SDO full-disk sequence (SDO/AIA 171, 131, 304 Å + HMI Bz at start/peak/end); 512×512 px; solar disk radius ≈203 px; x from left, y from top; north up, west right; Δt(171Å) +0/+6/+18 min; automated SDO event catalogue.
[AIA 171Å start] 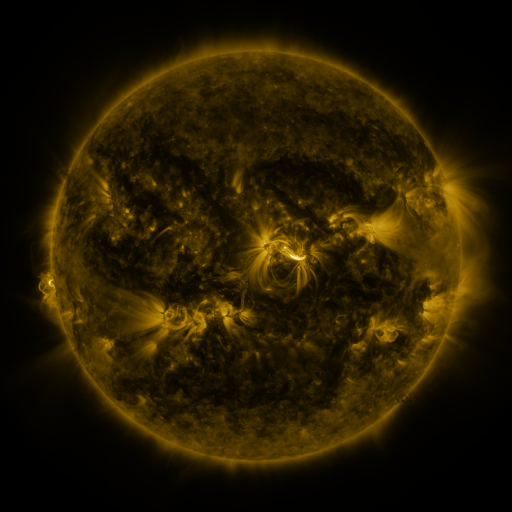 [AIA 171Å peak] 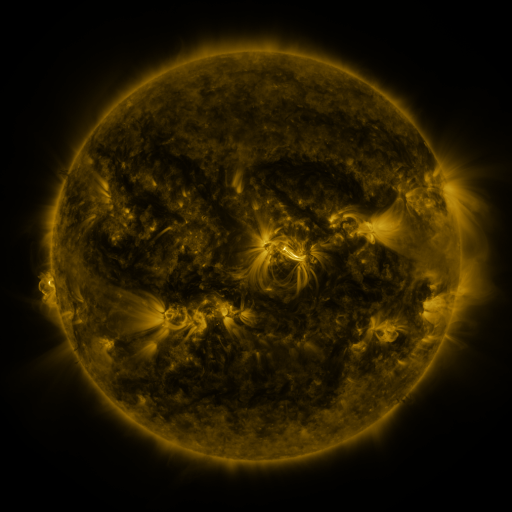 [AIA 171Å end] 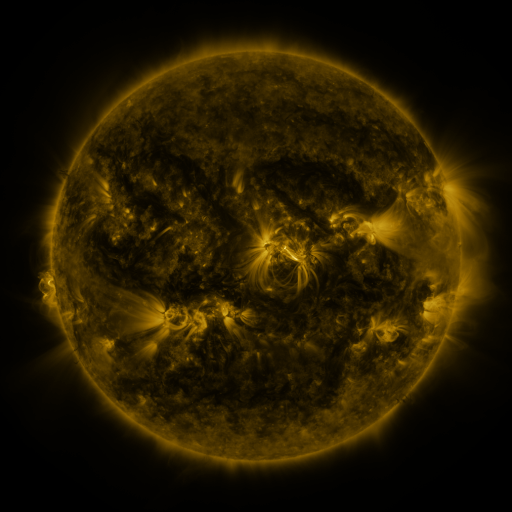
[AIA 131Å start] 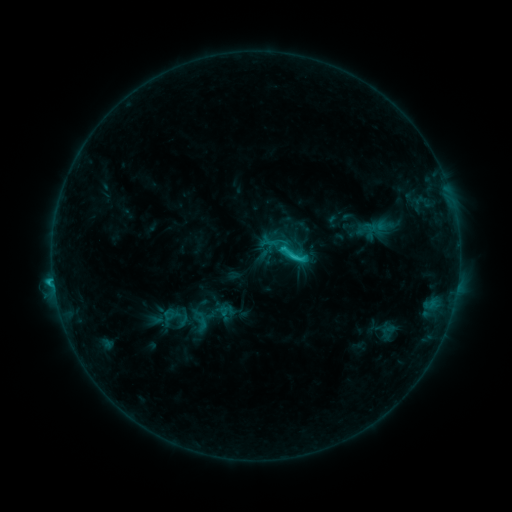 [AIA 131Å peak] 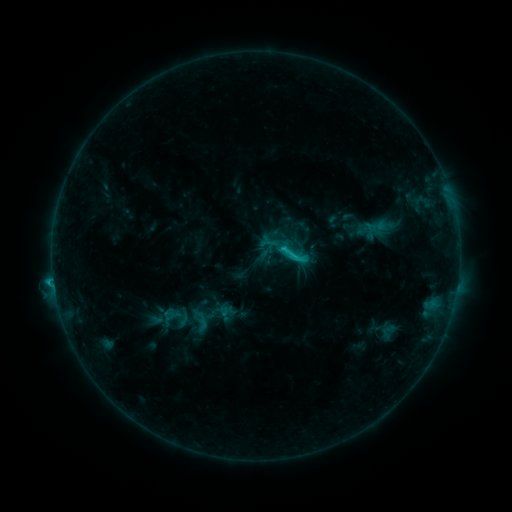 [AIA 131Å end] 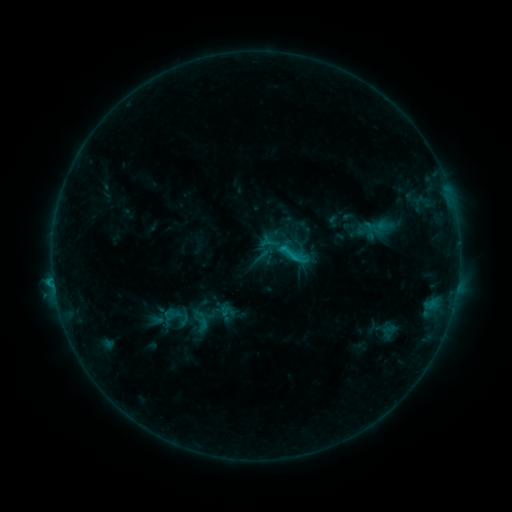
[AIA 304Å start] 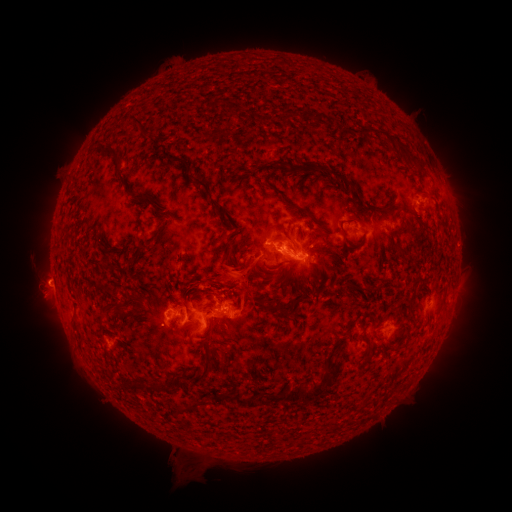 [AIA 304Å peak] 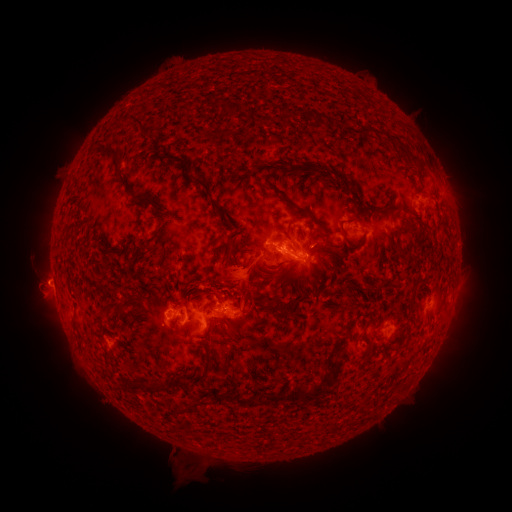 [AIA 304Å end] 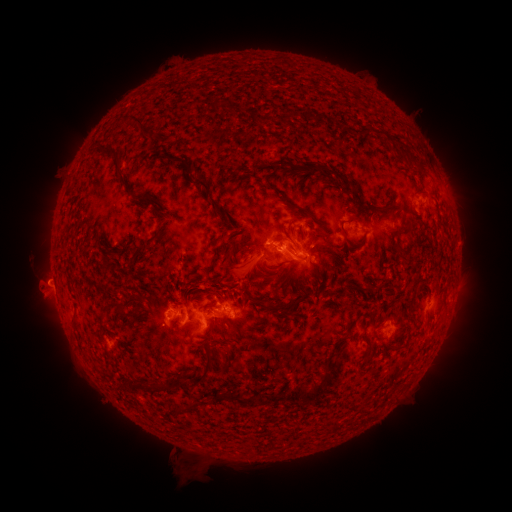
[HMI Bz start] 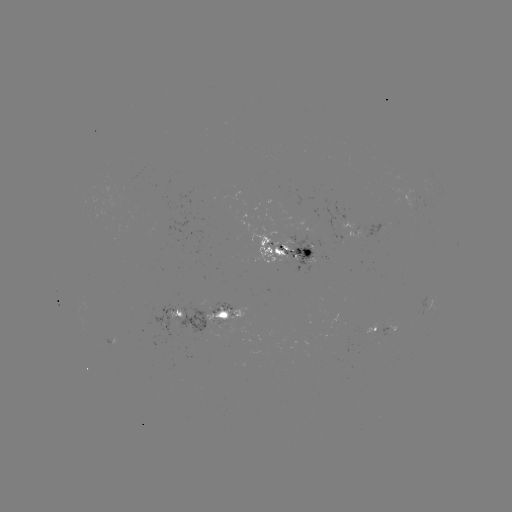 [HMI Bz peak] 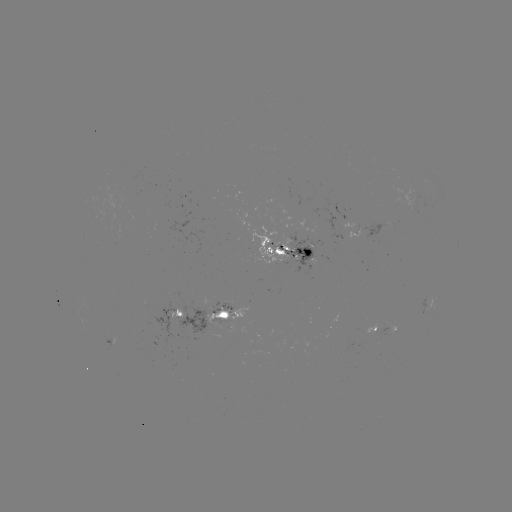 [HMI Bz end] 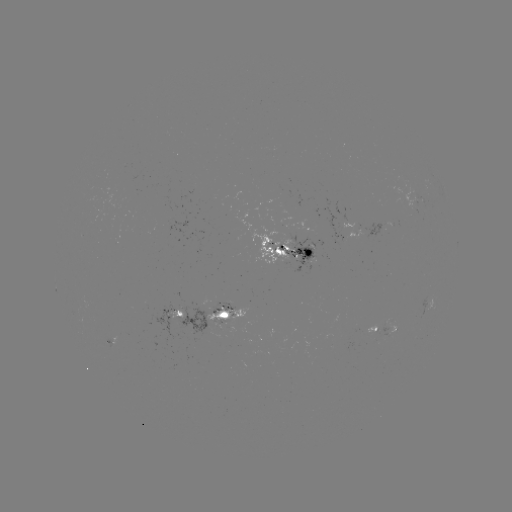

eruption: <bbox>208, 242, 267, 295</bbox>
